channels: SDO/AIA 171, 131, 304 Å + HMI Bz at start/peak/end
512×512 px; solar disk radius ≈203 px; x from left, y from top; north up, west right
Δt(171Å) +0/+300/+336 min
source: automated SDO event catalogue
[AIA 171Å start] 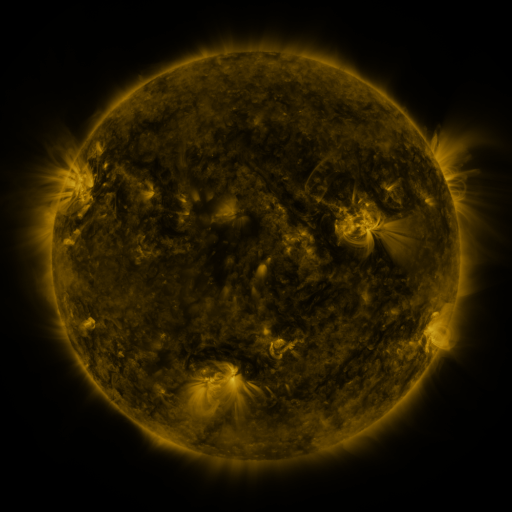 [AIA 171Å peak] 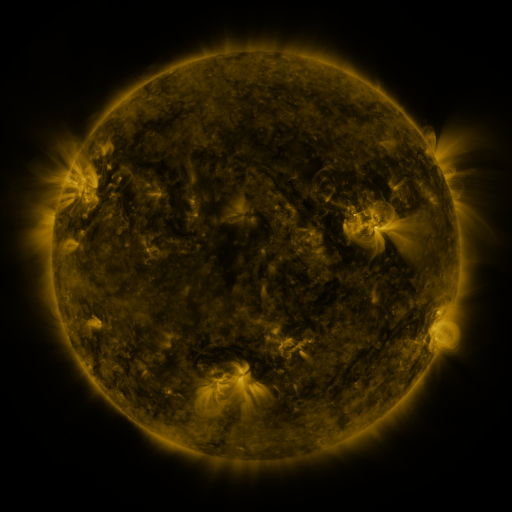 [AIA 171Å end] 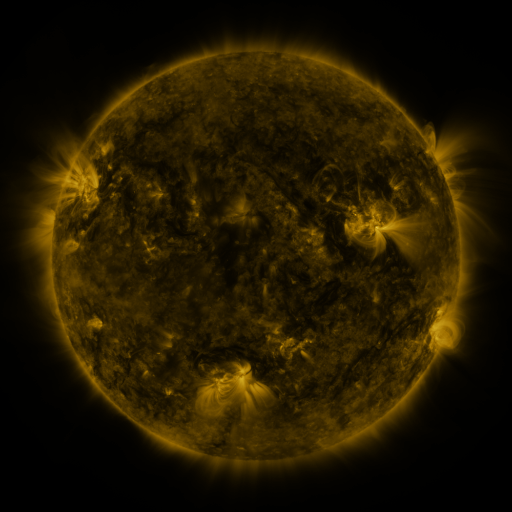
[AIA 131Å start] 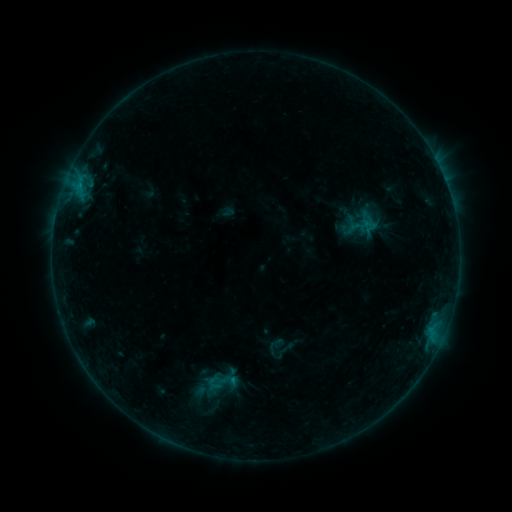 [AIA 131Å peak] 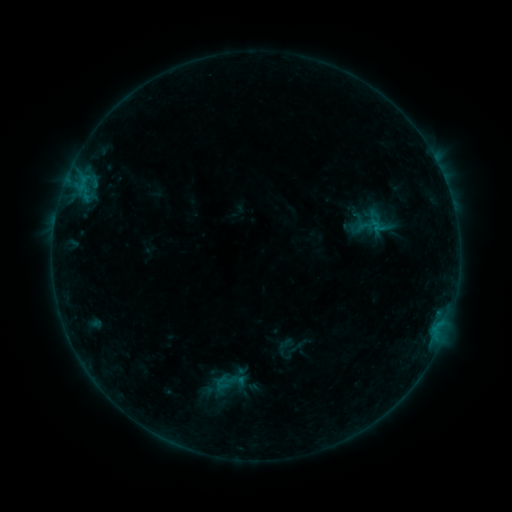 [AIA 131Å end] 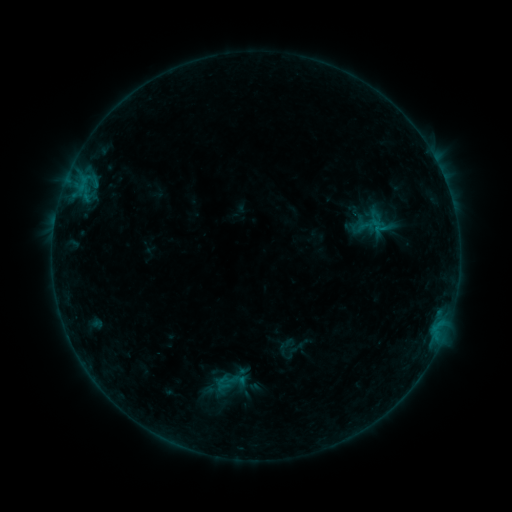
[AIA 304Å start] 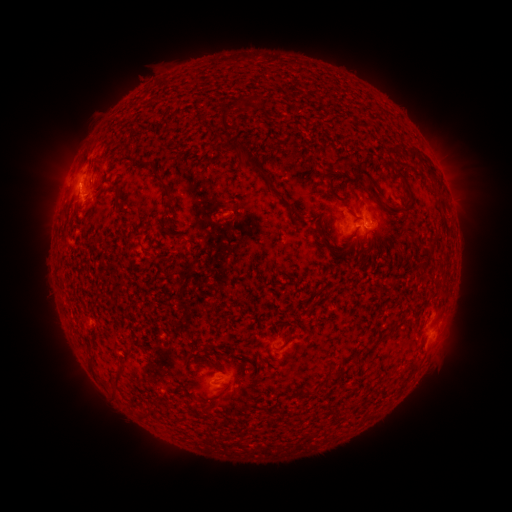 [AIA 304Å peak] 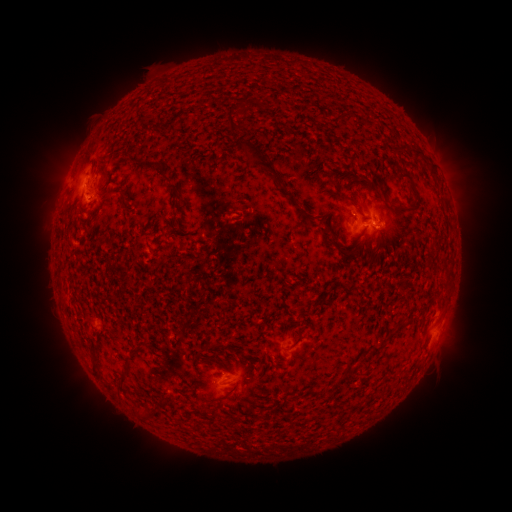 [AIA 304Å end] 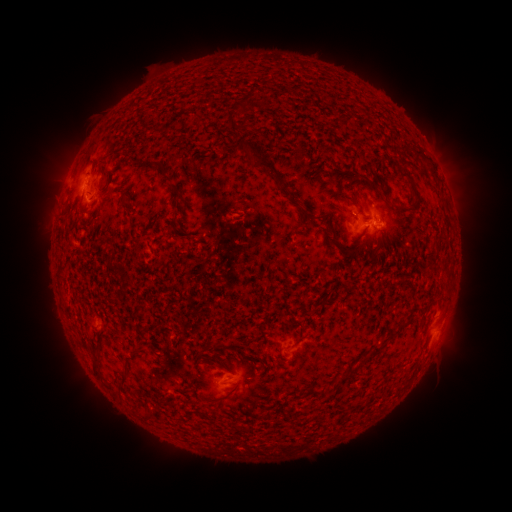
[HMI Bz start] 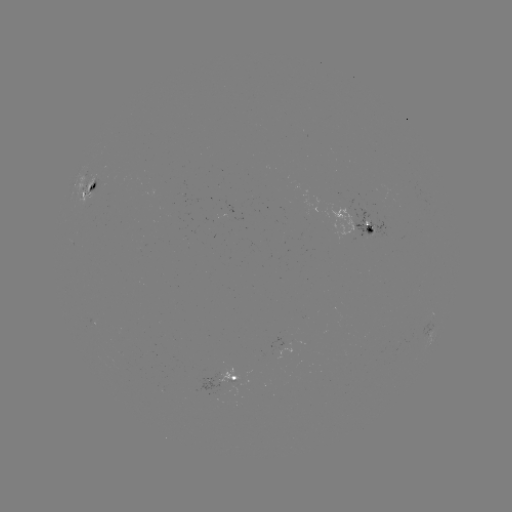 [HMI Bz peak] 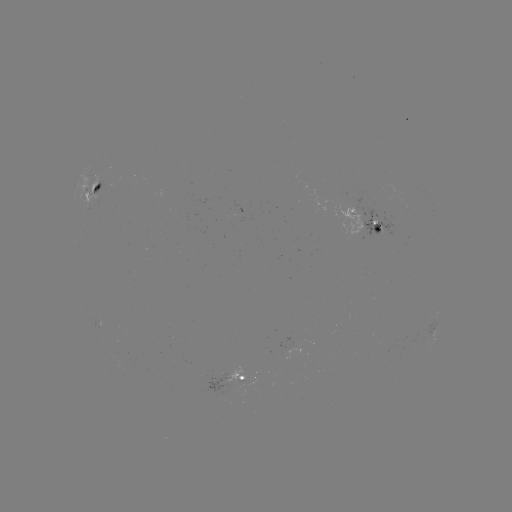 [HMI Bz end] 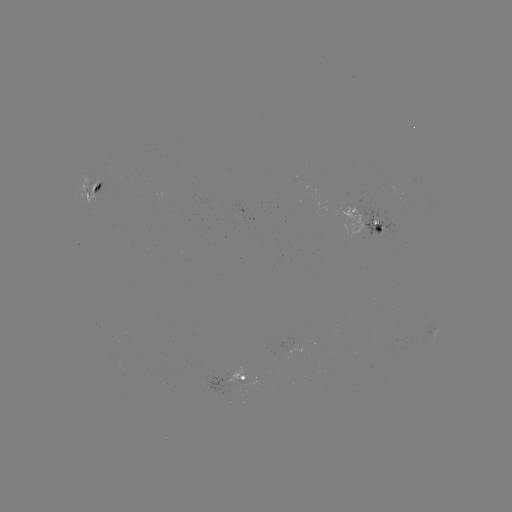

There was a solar emerging-flux region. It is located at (375, 231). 